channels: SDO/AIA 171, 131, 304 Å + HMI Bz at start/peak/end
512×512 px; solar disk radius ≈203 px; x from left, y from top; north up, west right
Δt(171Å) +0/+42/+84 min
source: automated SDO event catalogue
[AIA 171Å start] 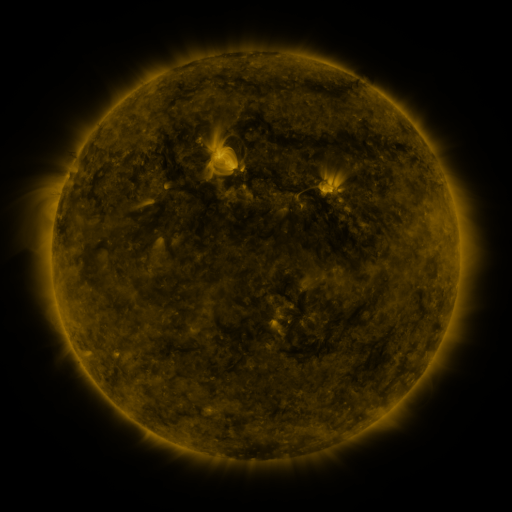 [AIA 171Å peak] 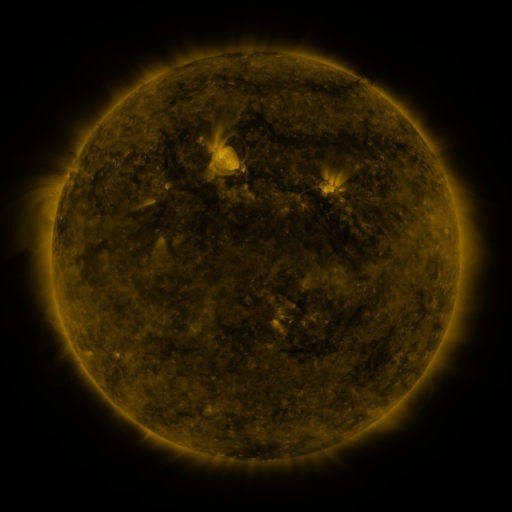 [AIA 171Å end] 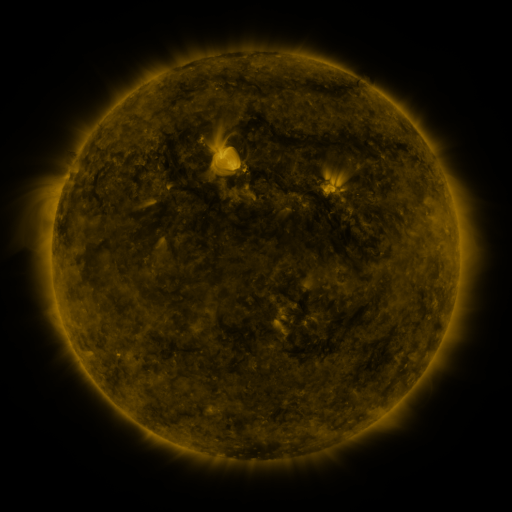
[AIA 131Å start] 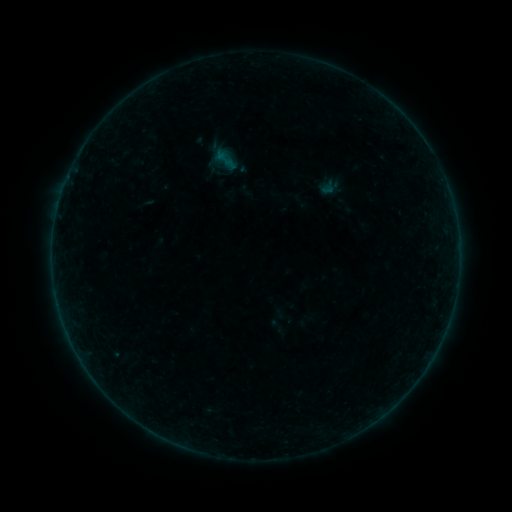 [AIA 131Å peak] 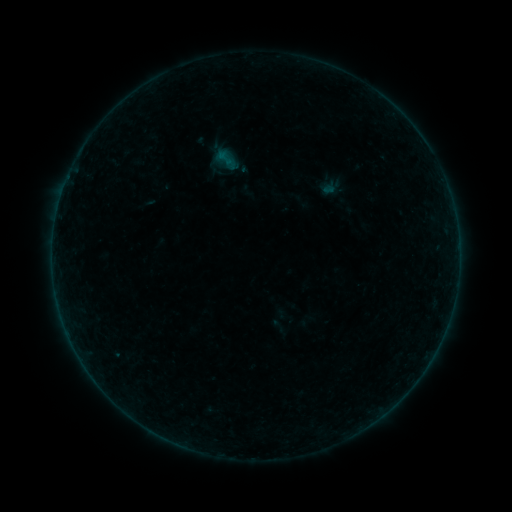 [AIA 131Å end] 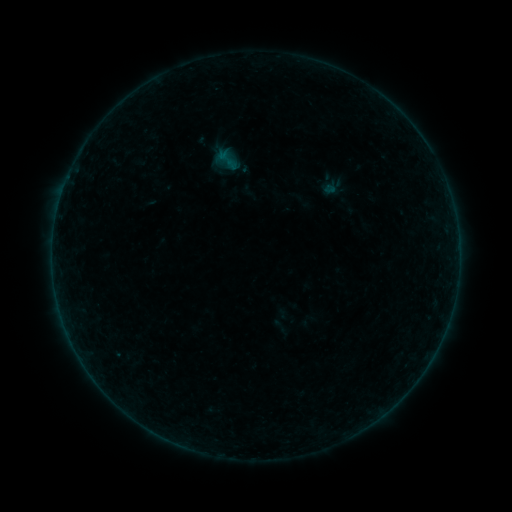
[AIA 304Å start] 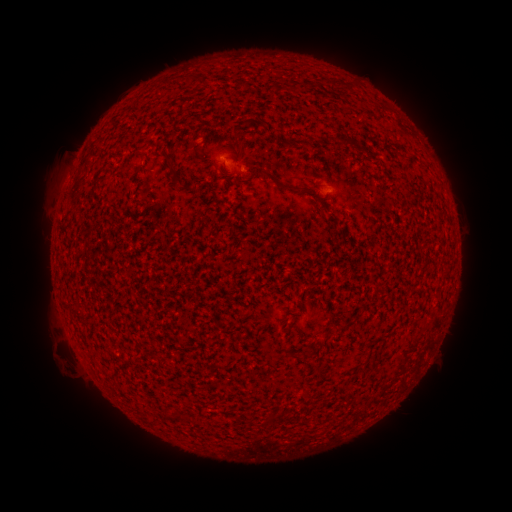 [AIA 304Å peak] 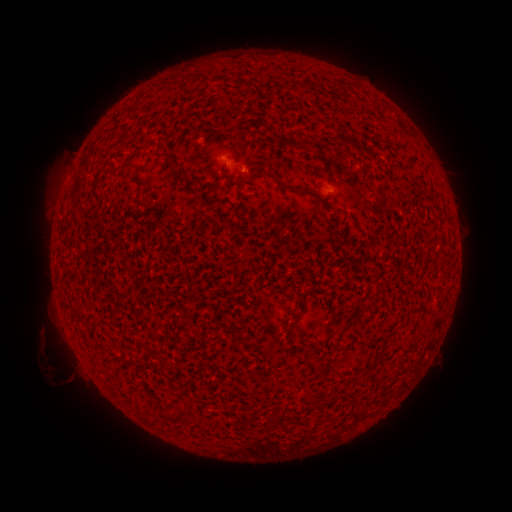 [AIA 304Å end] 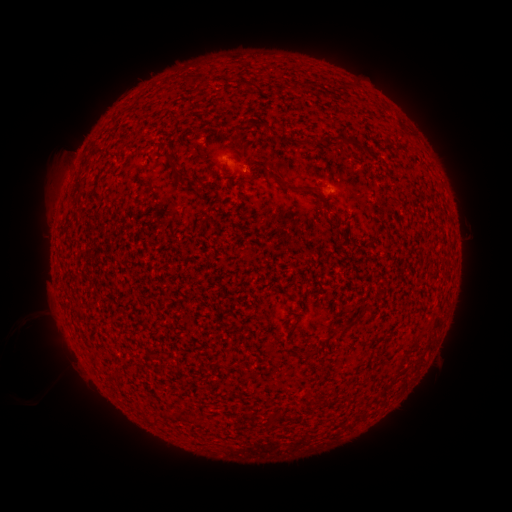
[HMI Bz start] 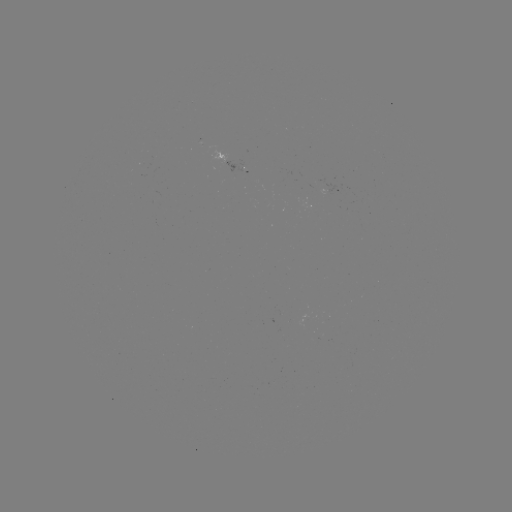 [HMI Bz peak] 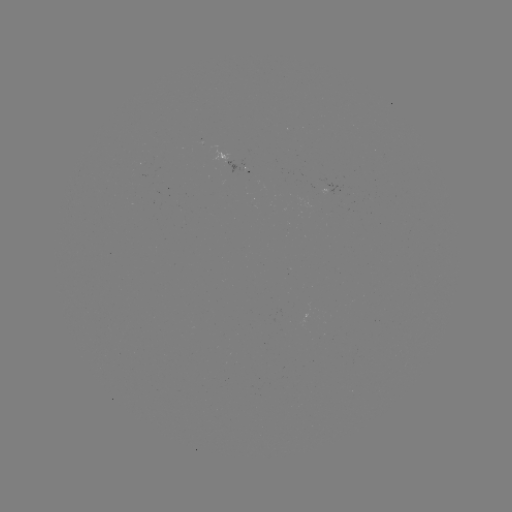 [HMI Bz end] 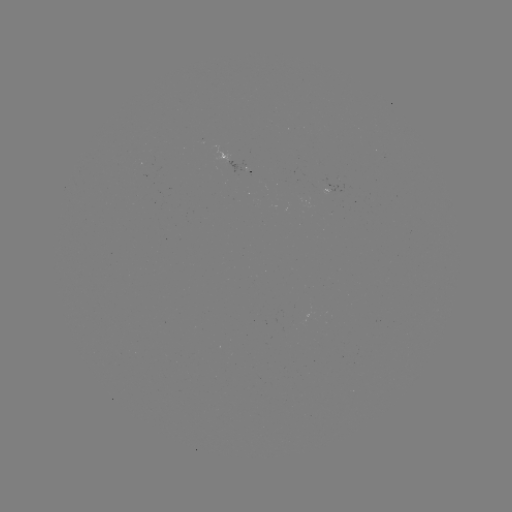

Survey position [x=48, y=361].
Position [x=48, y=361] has eruption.